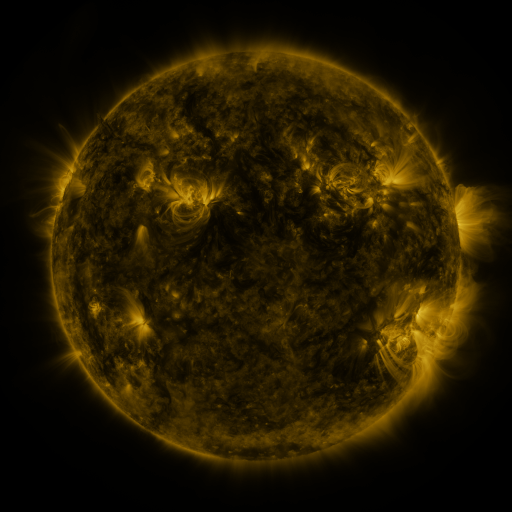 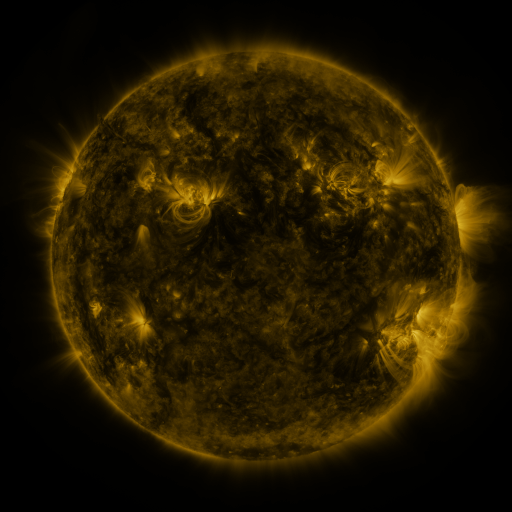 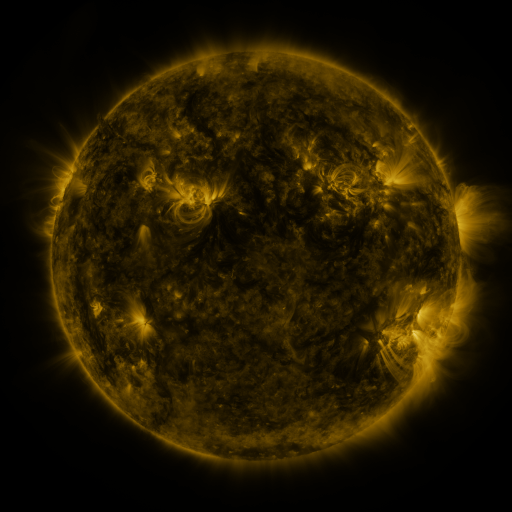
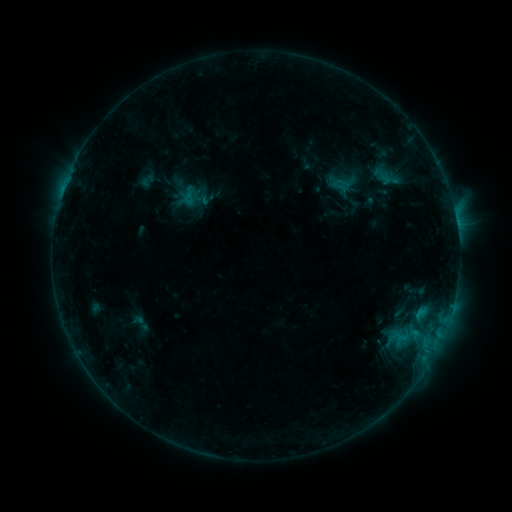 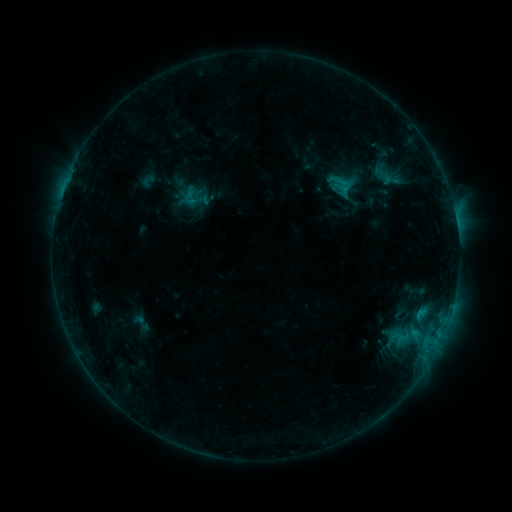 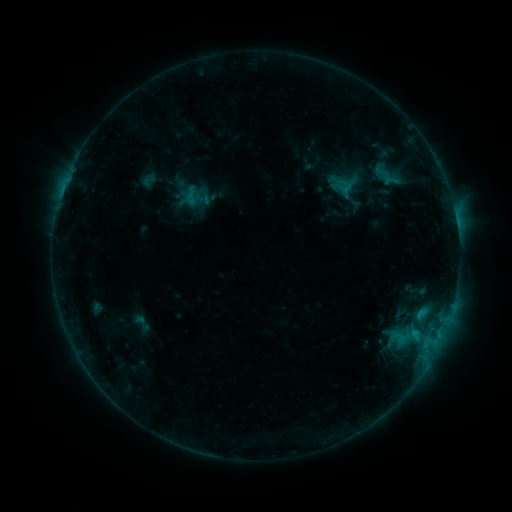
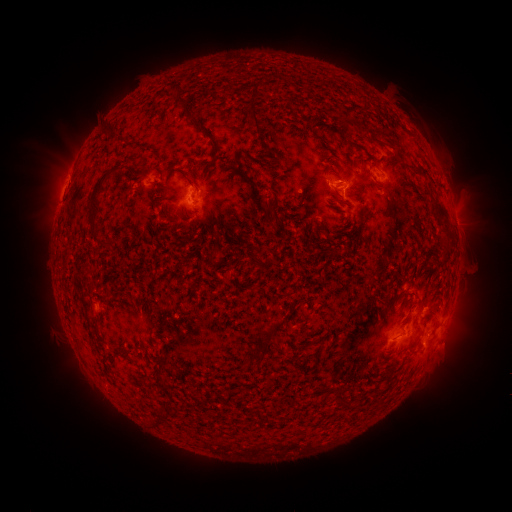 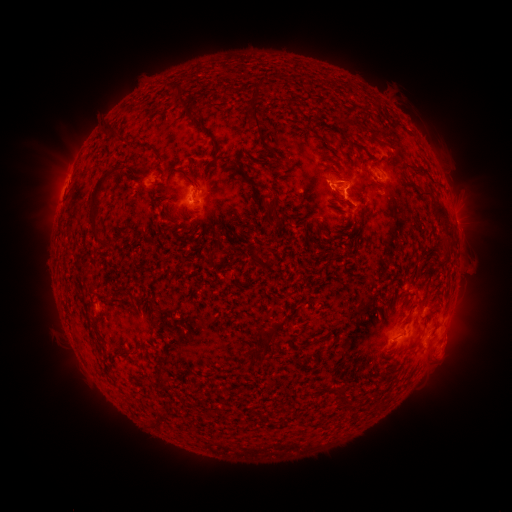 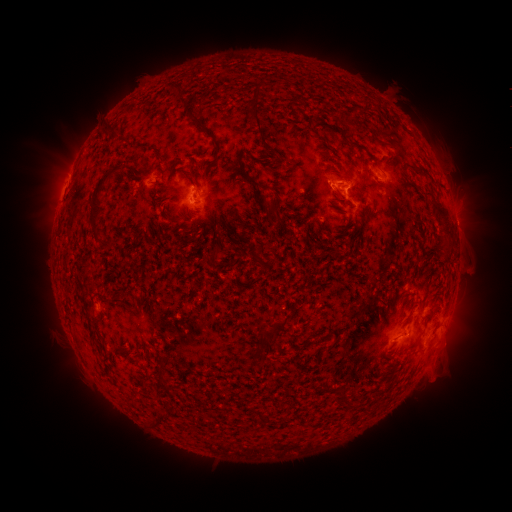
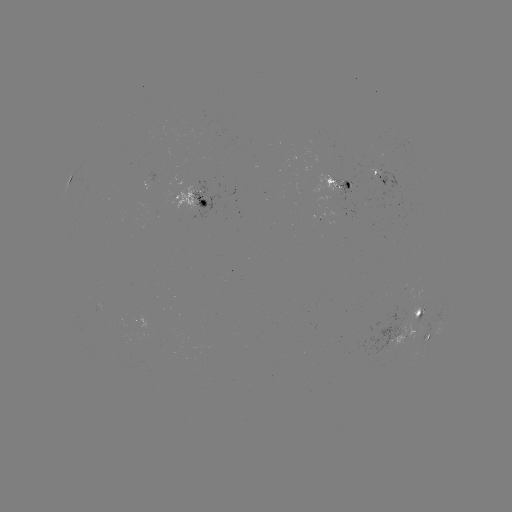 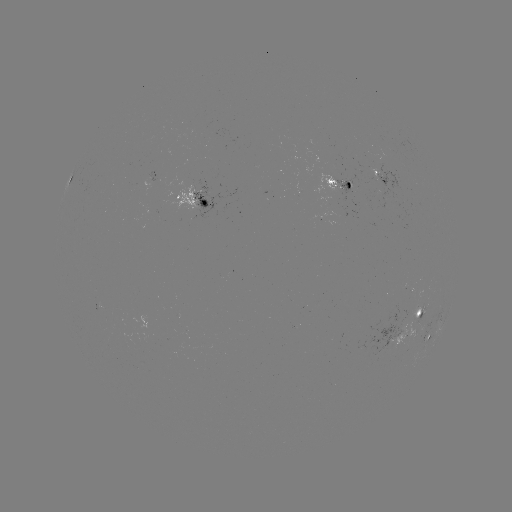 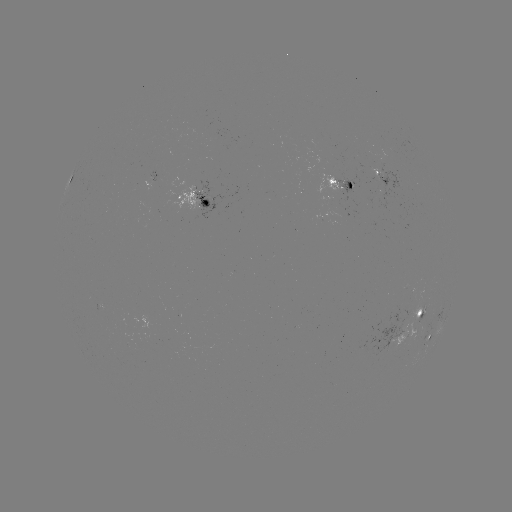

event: flare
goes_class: C1.3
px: (342, 191)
